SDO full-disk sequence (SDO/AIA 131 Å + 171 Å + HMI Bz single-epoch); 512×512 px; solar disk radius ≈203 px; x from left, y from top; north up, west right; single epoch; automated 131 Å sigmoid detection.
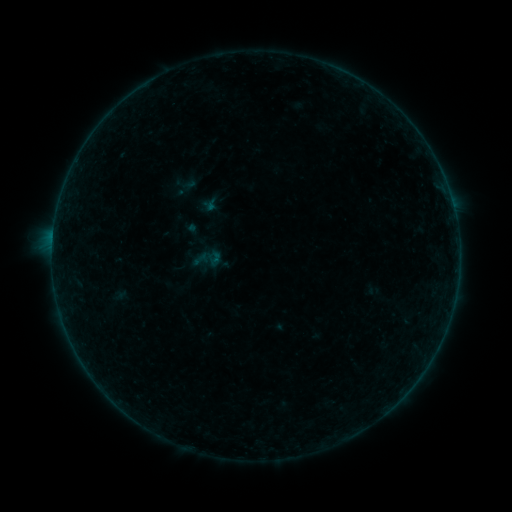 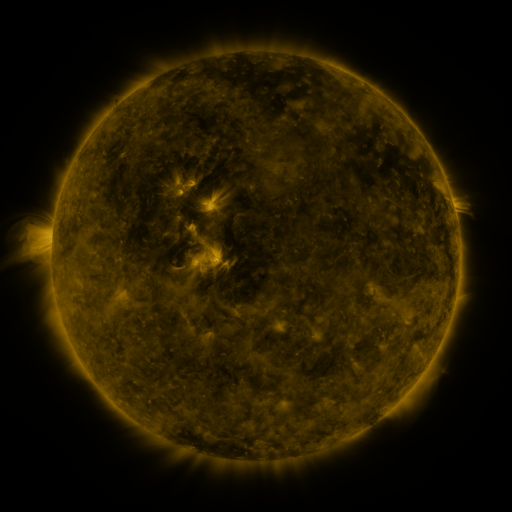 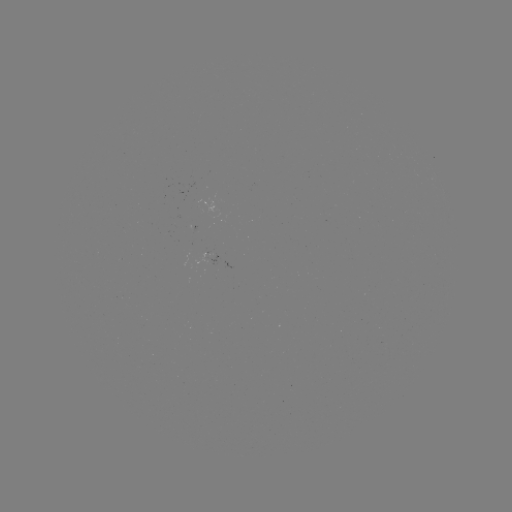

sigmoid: [192, 250, 210, 268]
